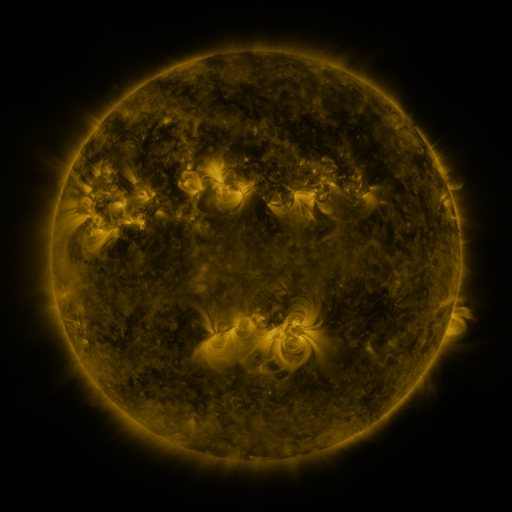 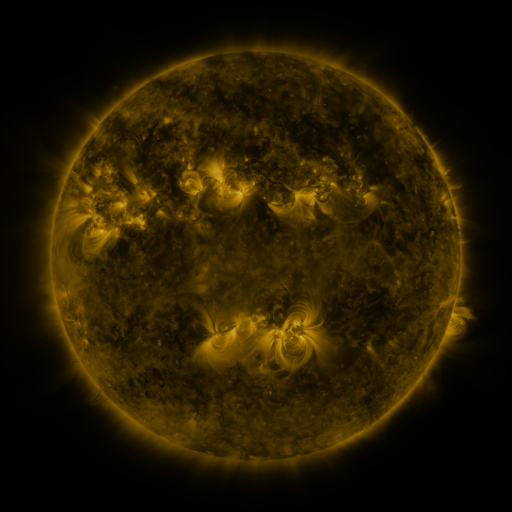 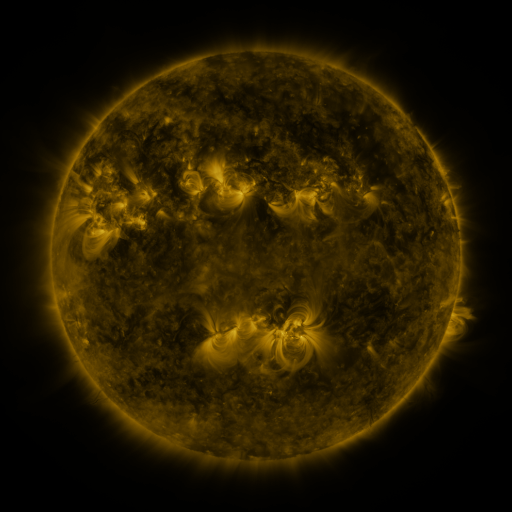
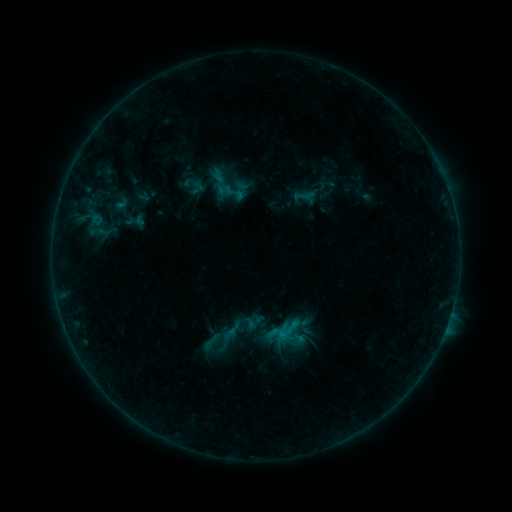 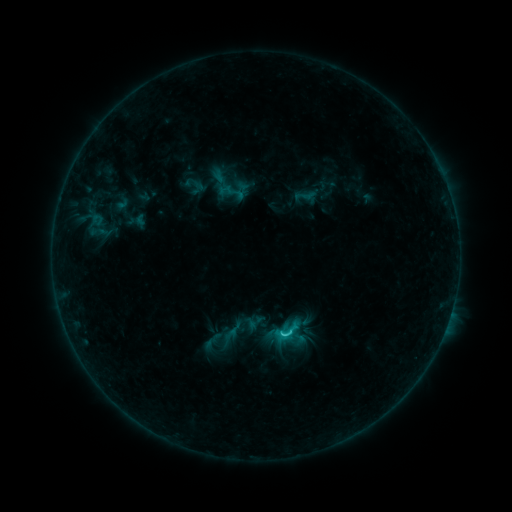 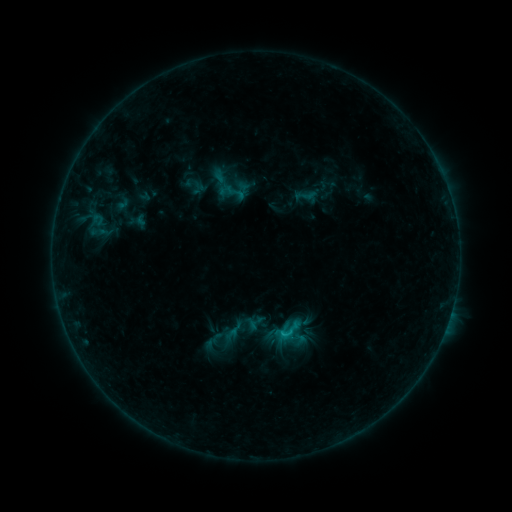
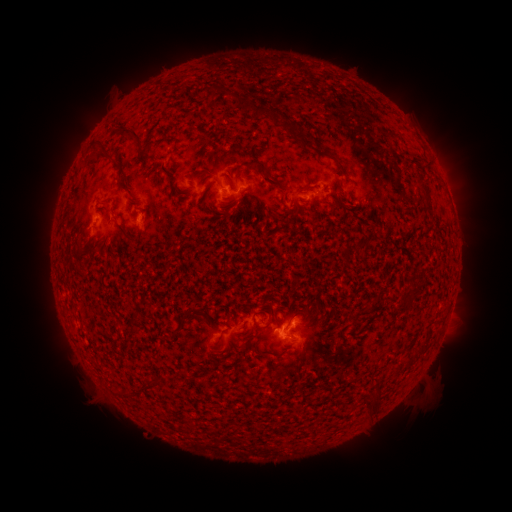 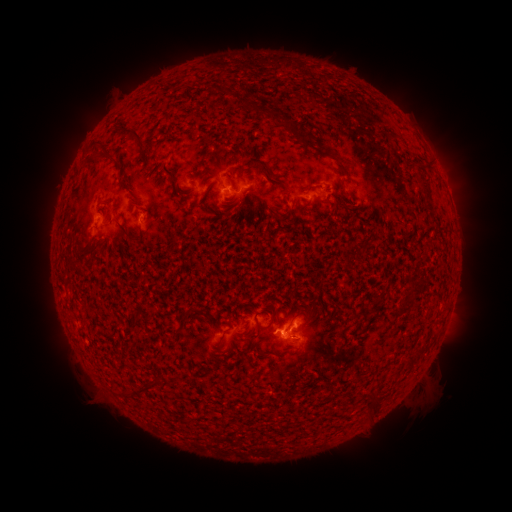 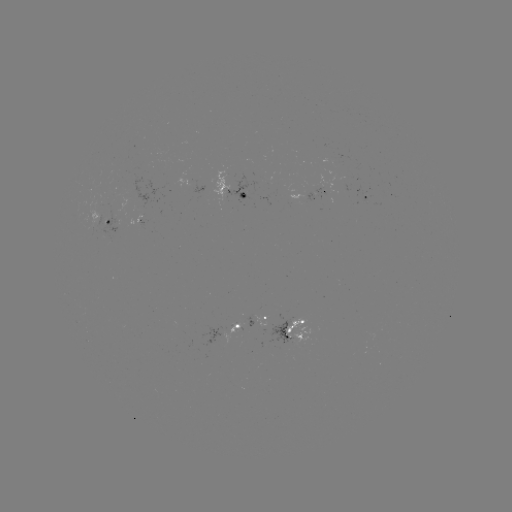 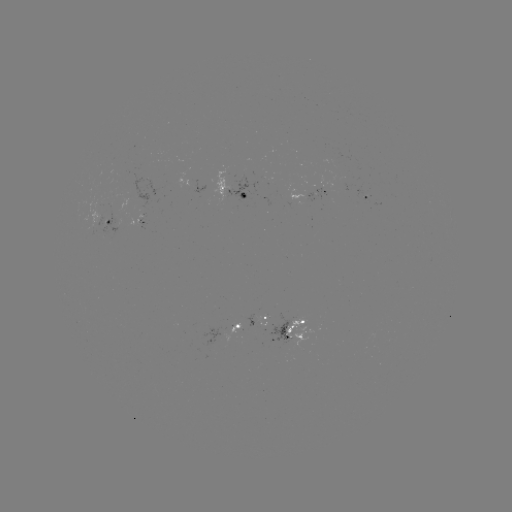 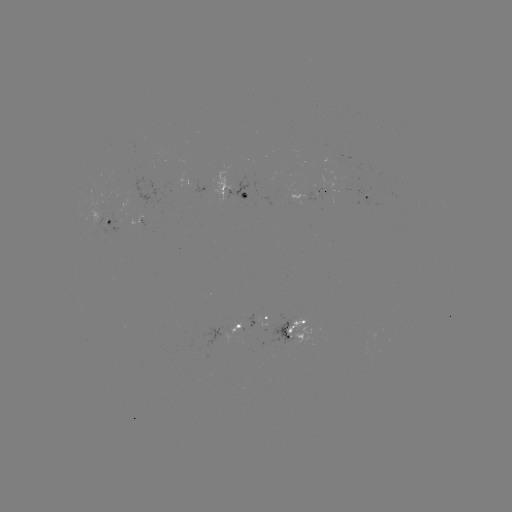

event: flare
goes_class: C1.6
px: (282, 331)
